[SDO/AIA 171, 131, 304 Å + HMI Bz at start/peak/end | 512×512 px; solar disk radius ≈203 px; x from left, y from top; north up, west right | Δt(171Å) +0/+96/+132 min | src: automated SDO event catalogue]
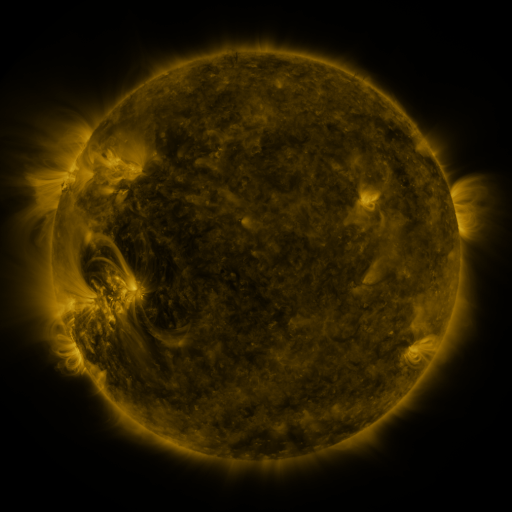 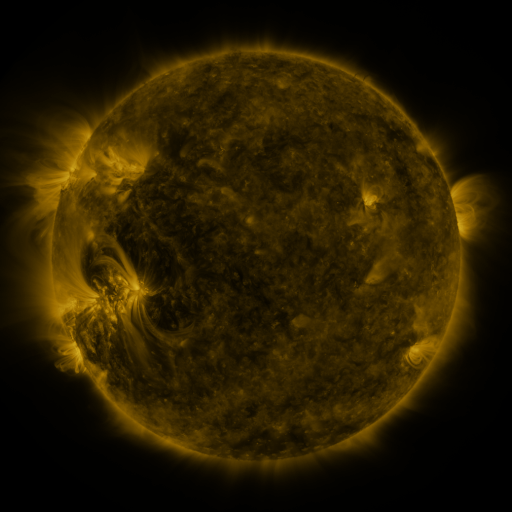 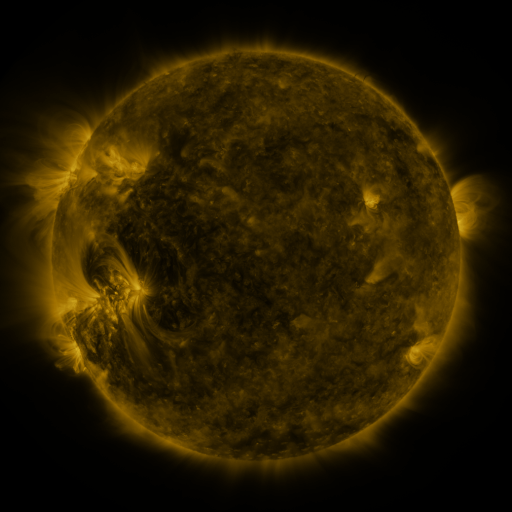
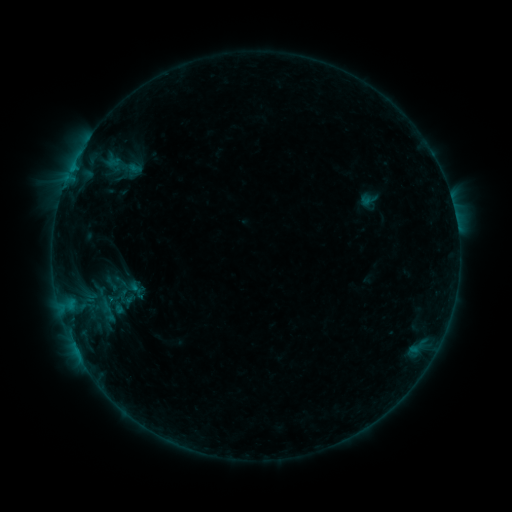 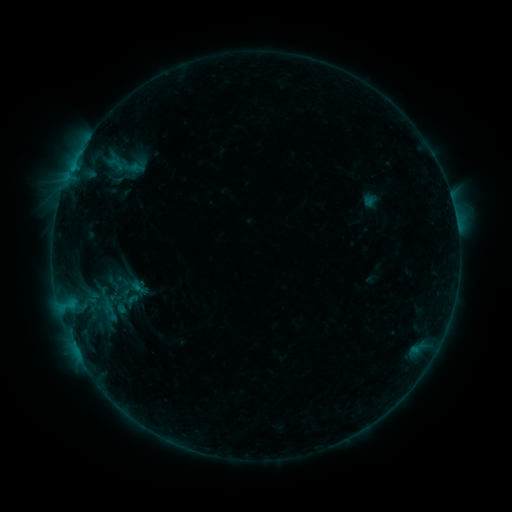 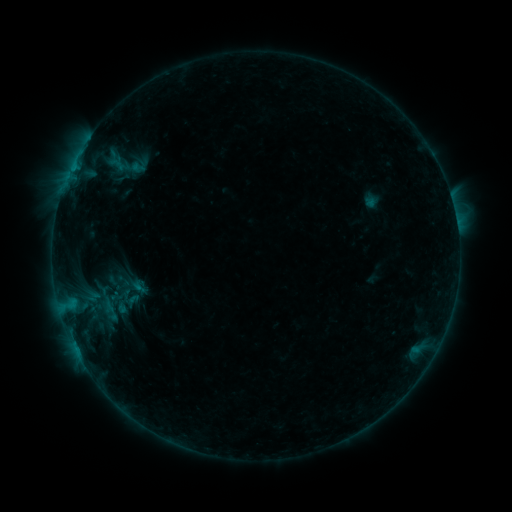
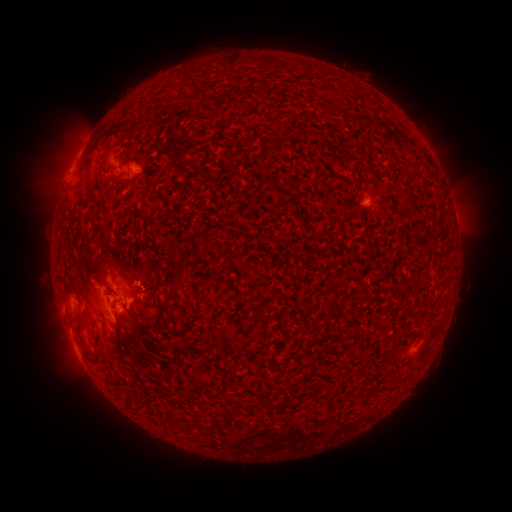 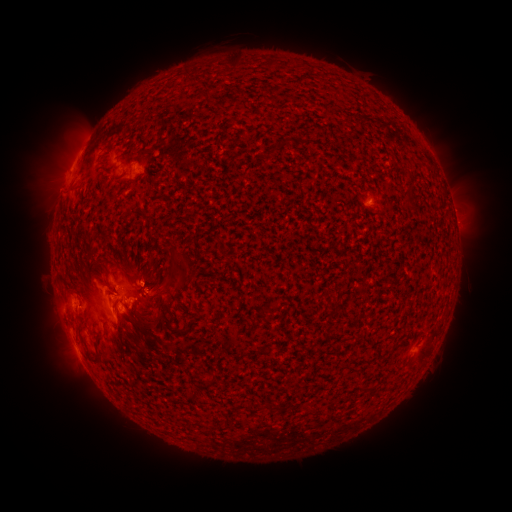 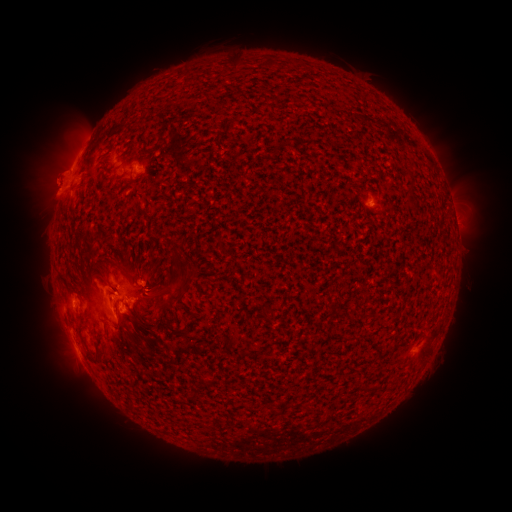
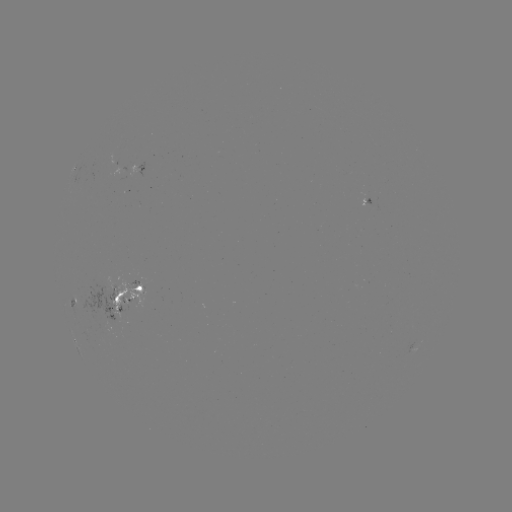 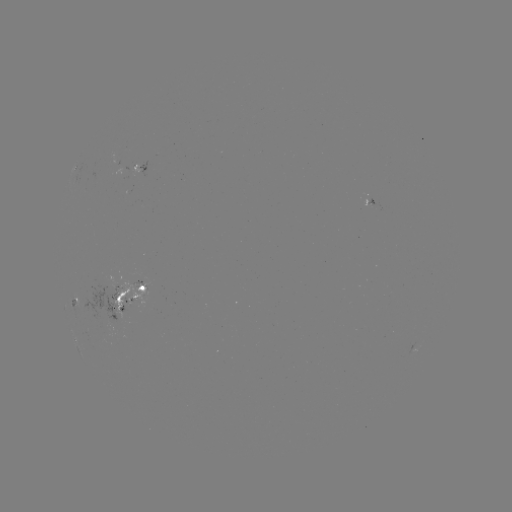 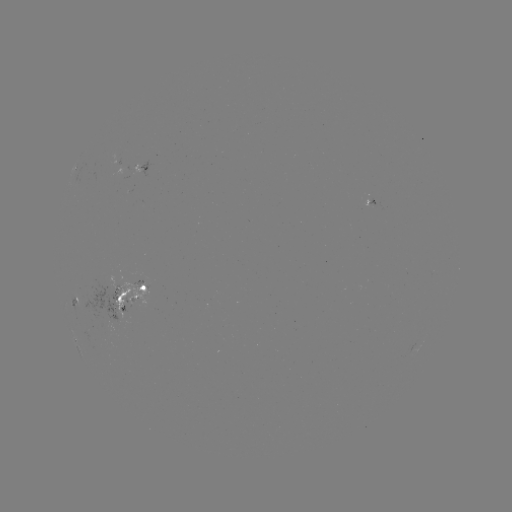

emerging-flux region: (131, 281, 143, 285)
